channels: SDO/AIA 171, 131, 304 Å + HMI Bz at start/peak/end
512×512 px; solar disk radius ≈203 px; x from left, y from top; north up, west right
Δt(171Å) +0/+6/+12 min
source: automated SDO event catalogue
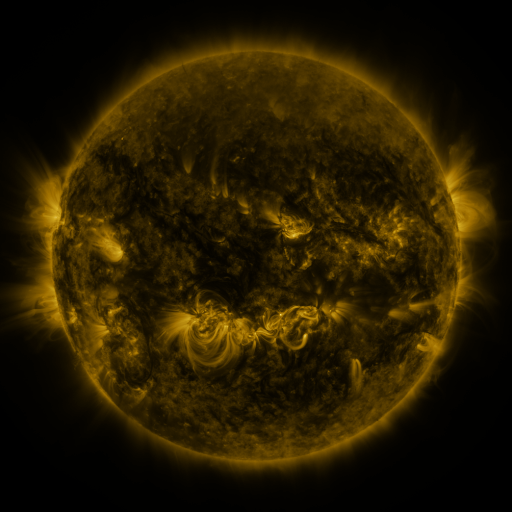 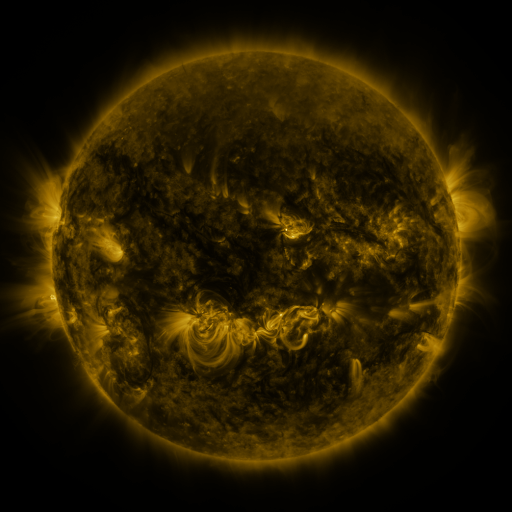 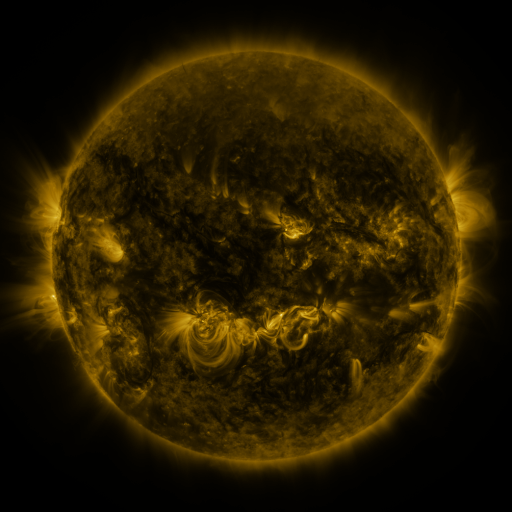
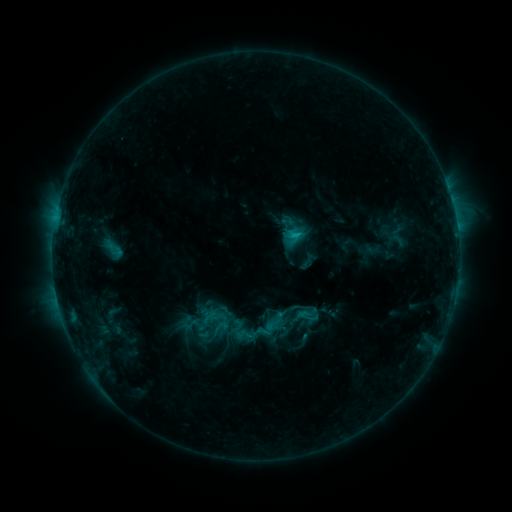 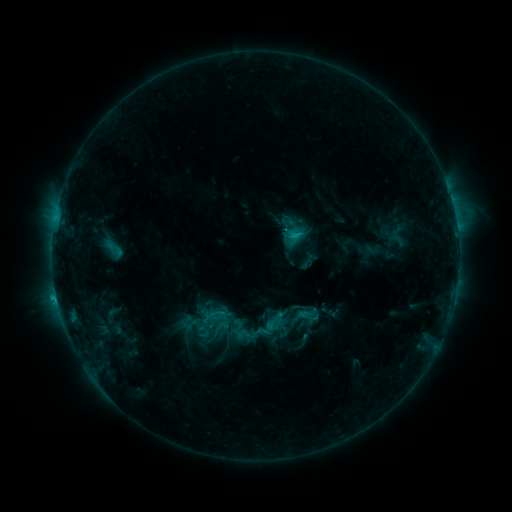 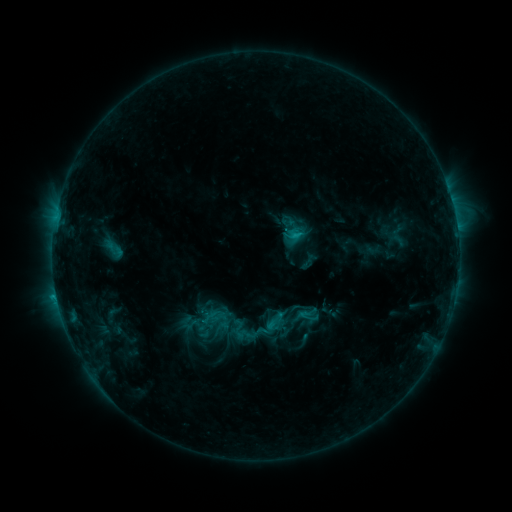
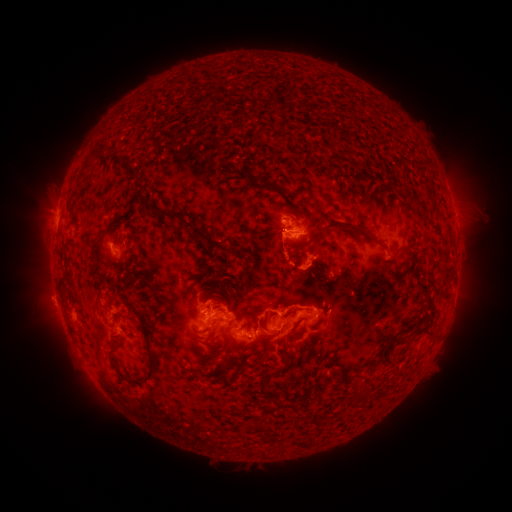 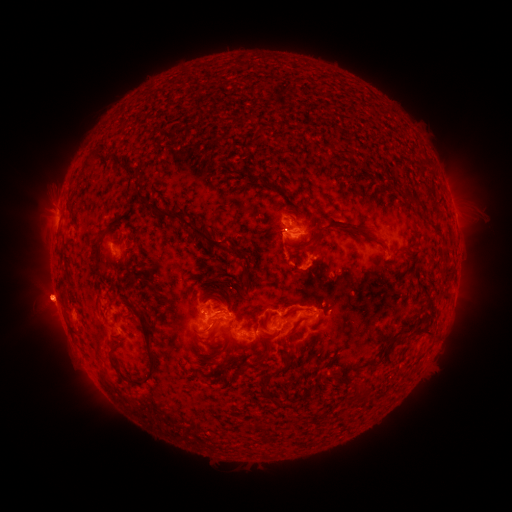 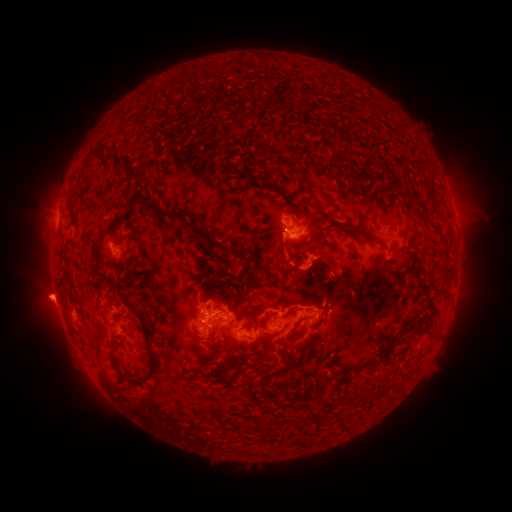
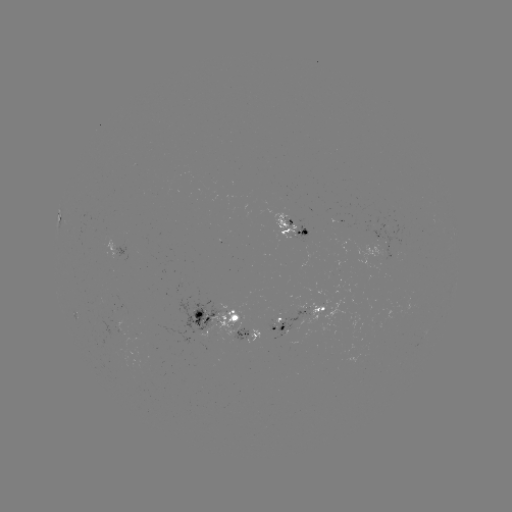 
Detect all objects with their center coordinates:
eruption: (46, 295)
